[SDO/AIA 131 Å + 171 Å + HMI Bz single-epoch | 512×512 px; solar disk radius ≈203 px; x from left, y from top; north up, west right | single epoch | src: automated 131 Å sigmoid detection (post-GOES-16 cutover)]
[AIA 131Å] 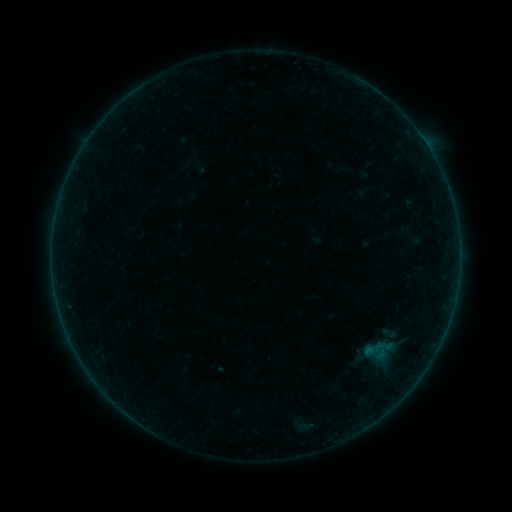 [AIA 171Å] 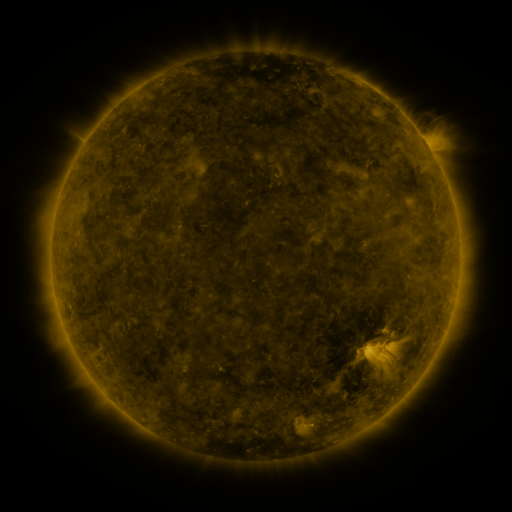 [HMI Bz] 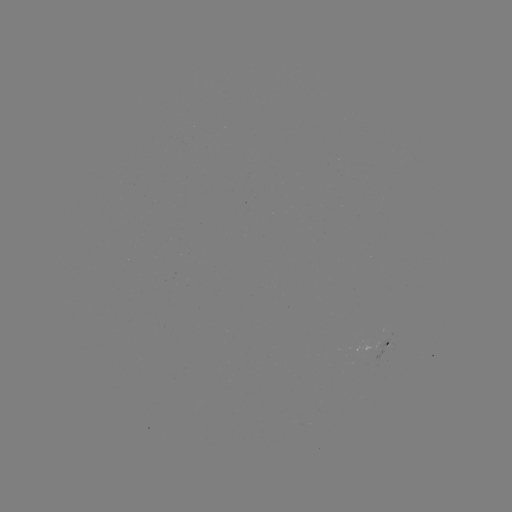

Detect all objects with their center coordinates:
sigmoid: (377, 351)
